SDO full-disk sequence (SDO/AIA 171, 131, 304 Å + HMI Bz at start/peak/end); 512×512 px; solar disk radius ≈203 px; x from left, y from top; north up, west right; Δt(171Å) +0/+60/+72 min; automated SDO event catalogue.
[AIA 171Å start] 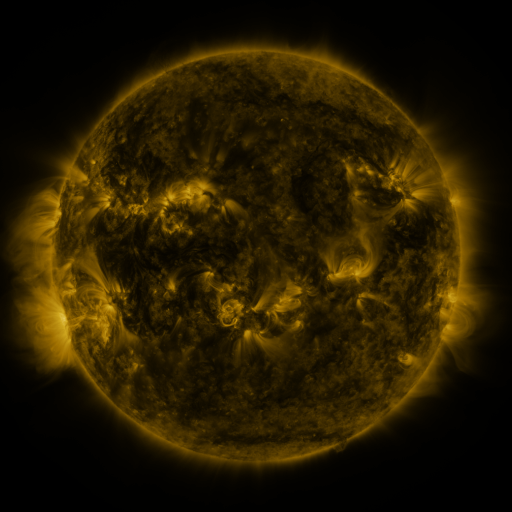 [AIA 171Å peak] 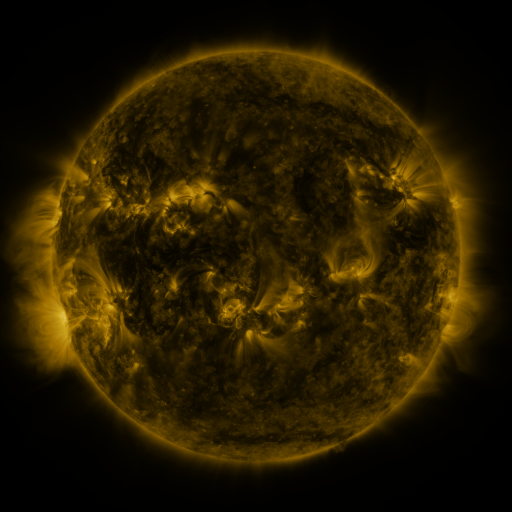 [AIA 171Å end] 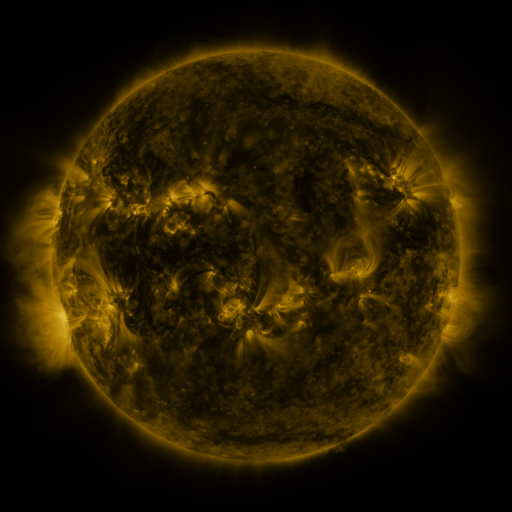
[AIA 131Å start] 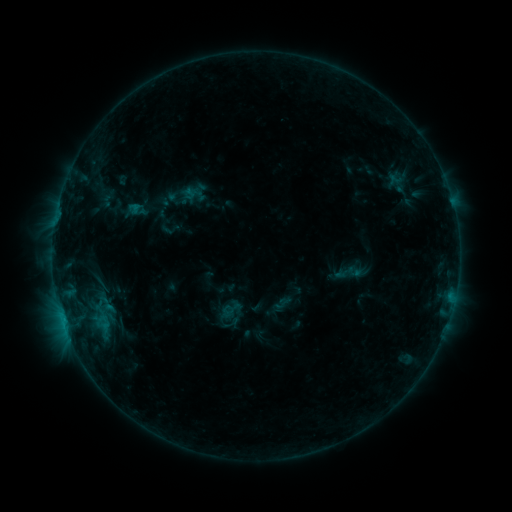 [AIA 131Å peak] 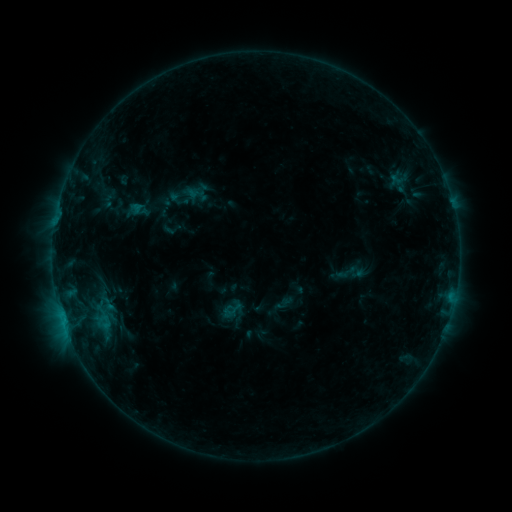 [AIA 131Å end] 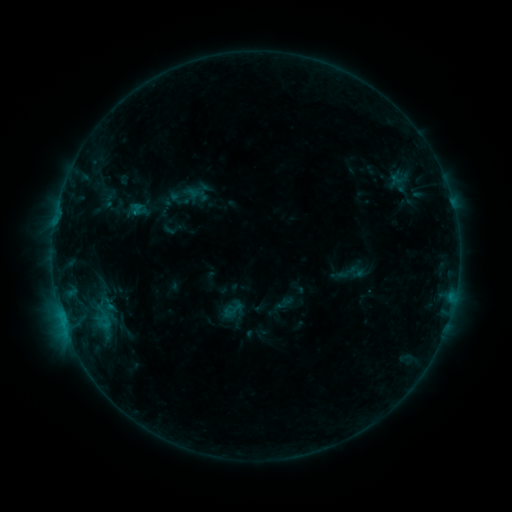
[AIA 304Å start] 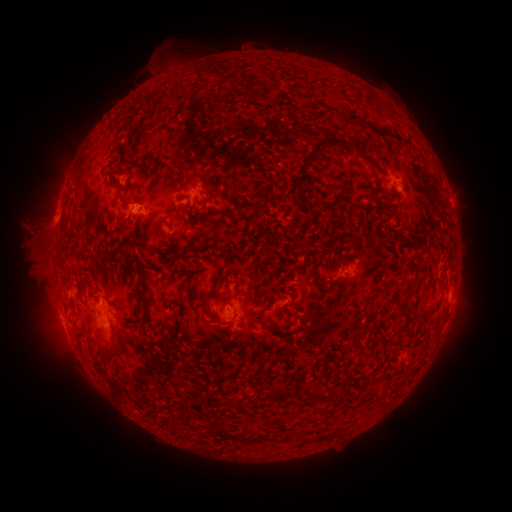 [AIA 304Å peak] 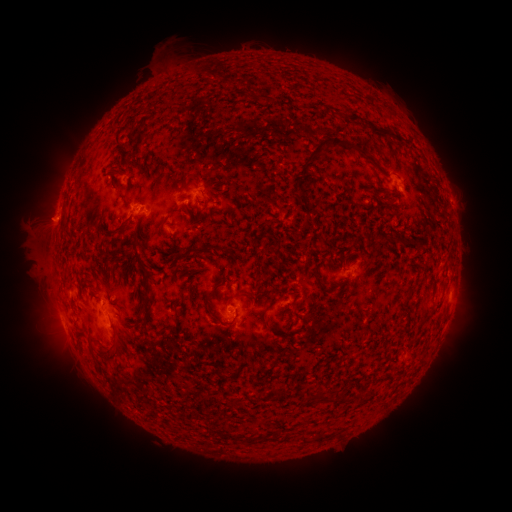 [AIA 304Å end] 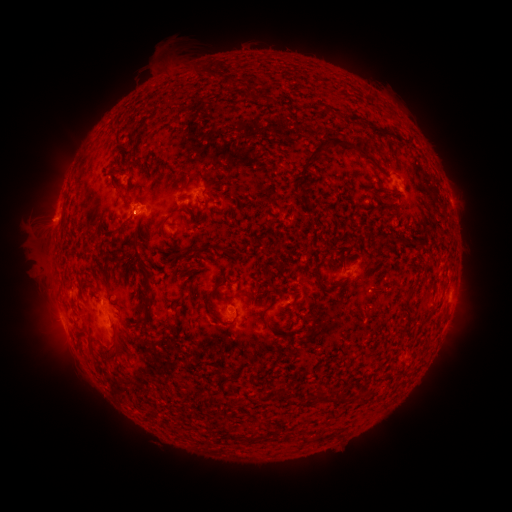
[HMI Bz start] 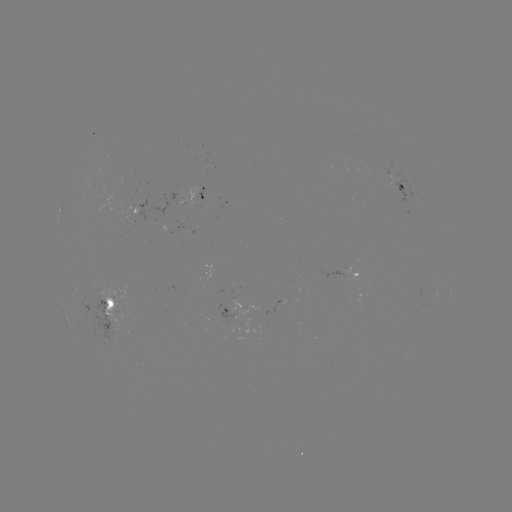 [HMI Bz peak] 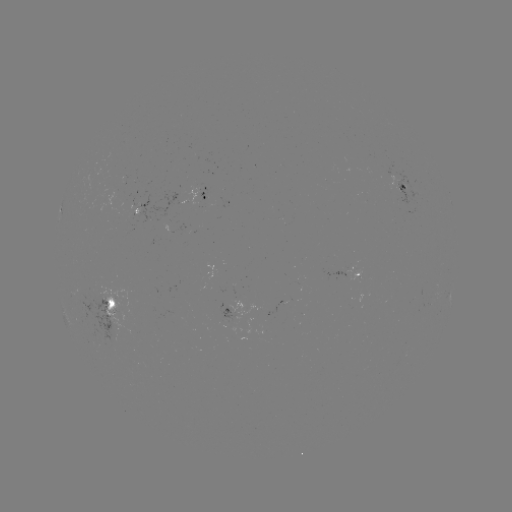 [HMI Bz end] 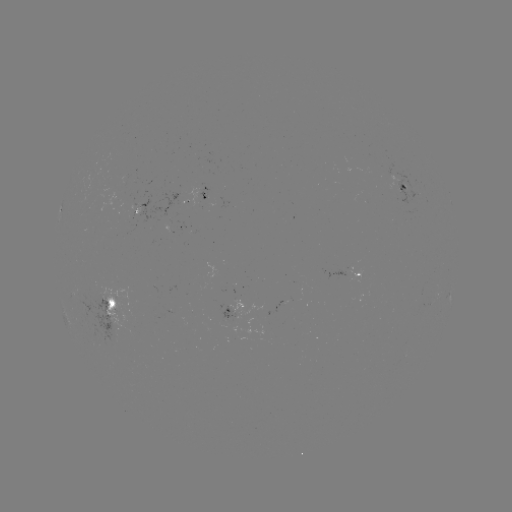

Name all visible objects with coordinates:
emerging-flux region: (232, 319)
